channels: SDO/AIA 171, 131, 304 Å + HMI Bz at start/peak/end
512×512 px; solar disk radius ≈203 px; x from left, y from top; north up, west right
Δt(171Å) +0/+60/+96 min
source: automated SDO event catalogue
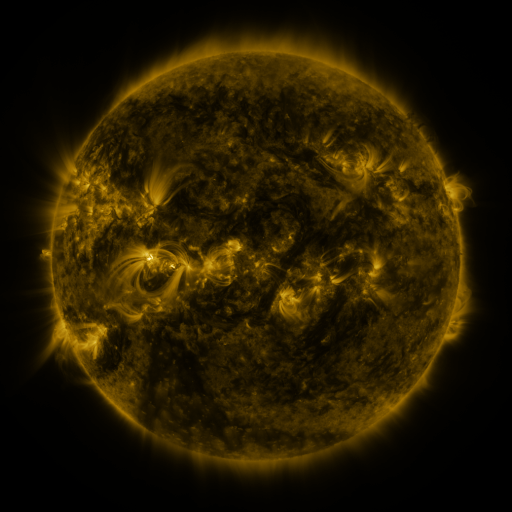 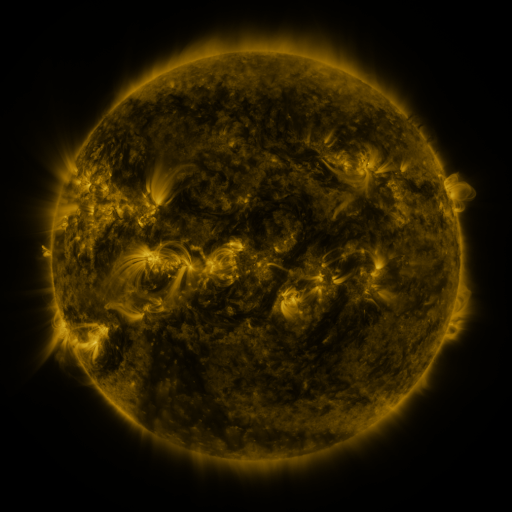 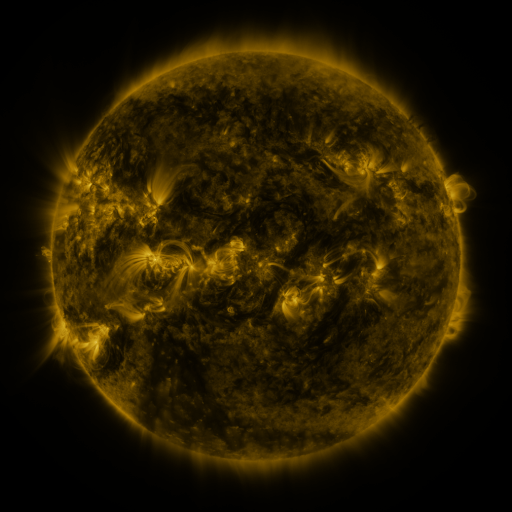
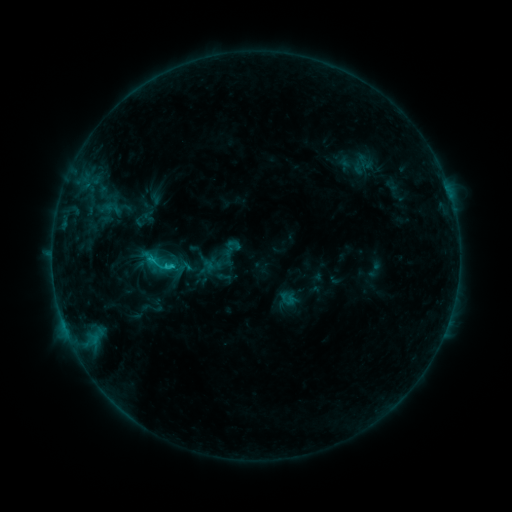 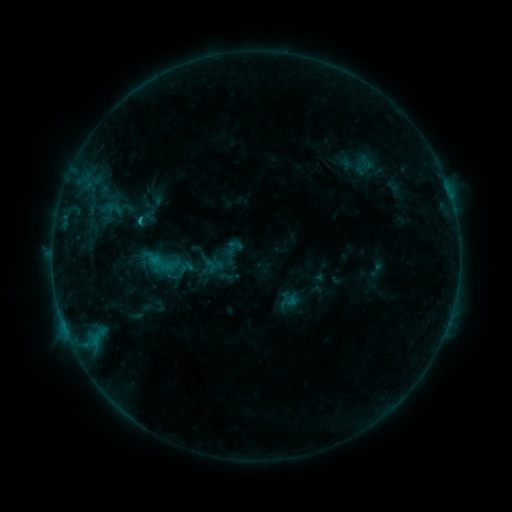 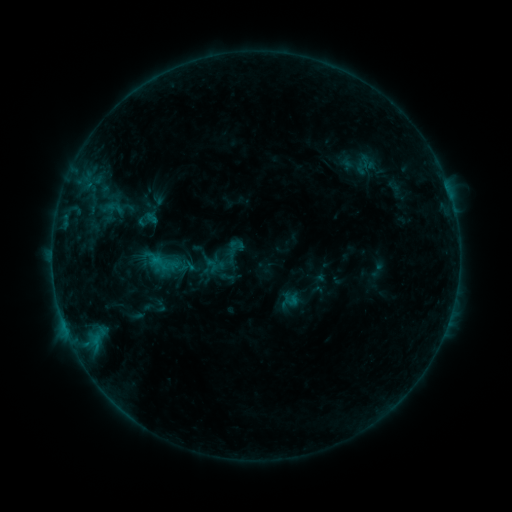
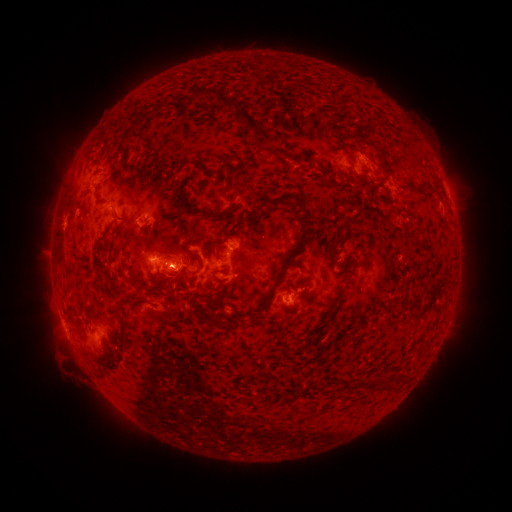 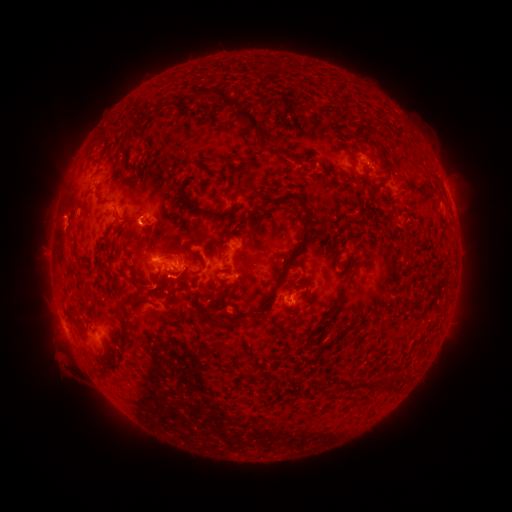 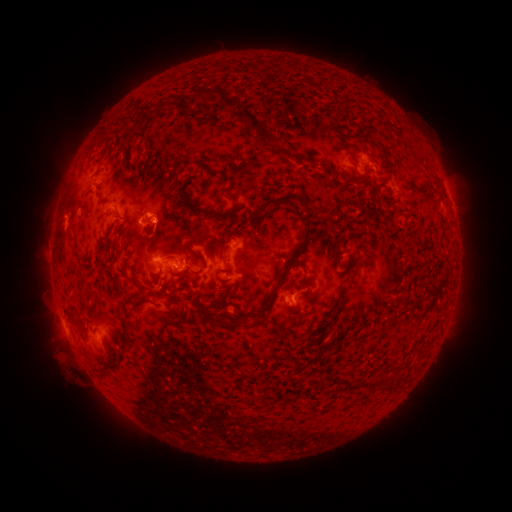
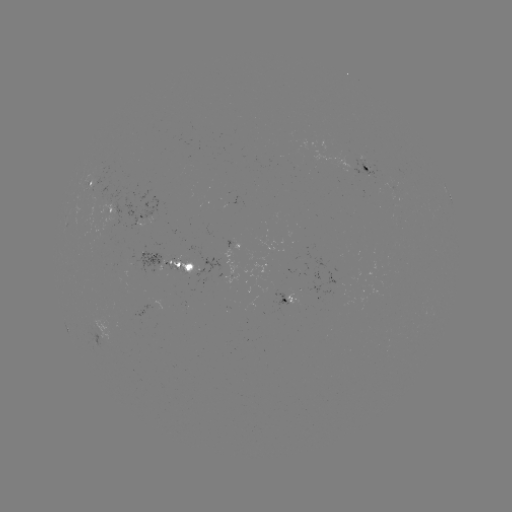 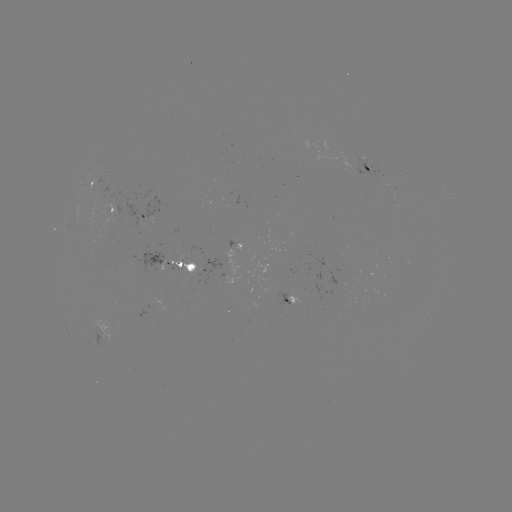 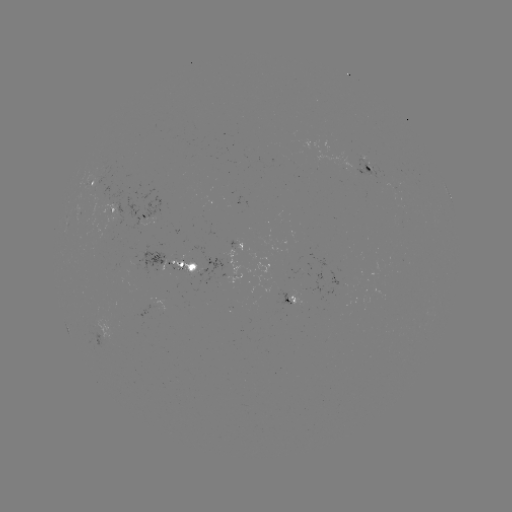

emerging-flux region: [225, 273, 240, 284]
